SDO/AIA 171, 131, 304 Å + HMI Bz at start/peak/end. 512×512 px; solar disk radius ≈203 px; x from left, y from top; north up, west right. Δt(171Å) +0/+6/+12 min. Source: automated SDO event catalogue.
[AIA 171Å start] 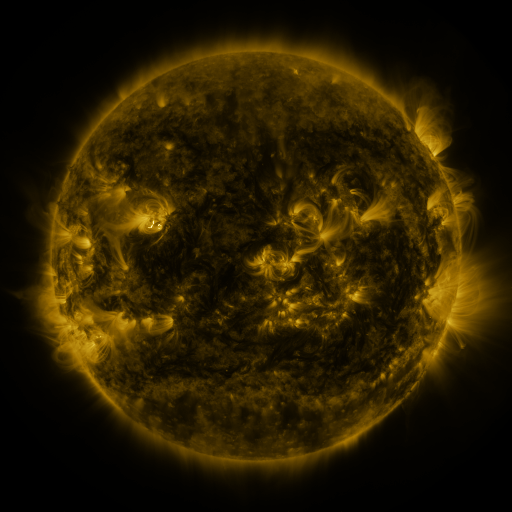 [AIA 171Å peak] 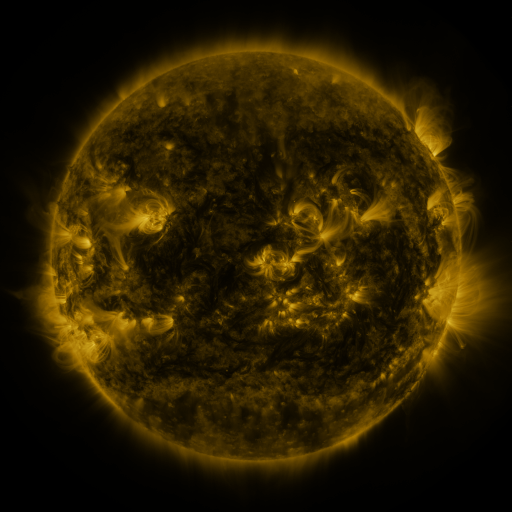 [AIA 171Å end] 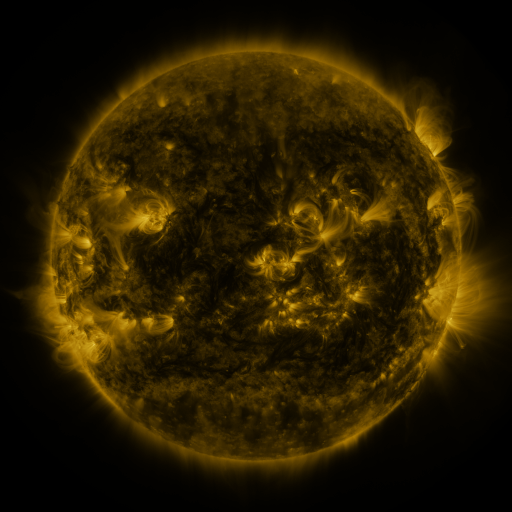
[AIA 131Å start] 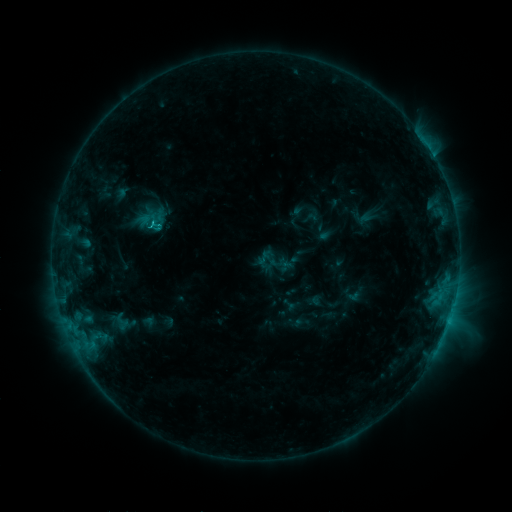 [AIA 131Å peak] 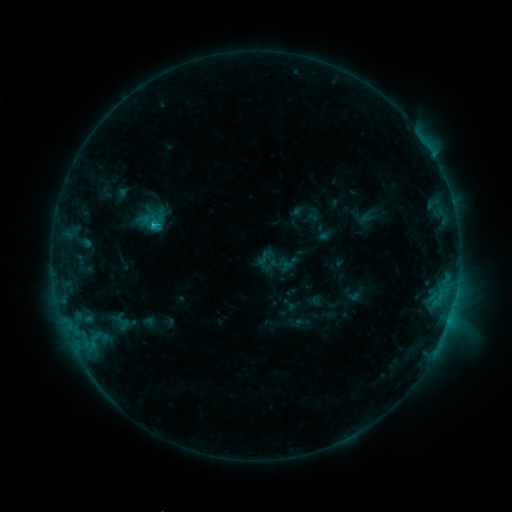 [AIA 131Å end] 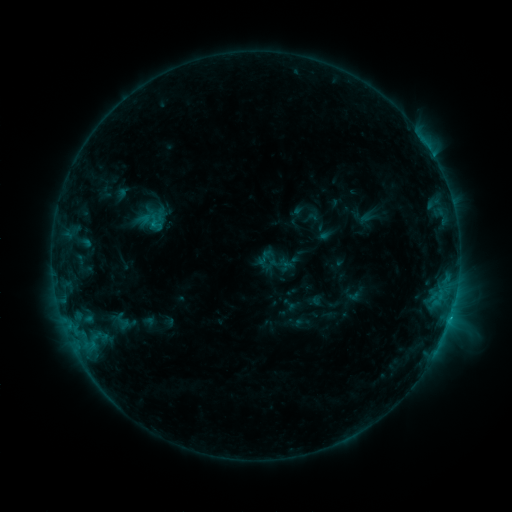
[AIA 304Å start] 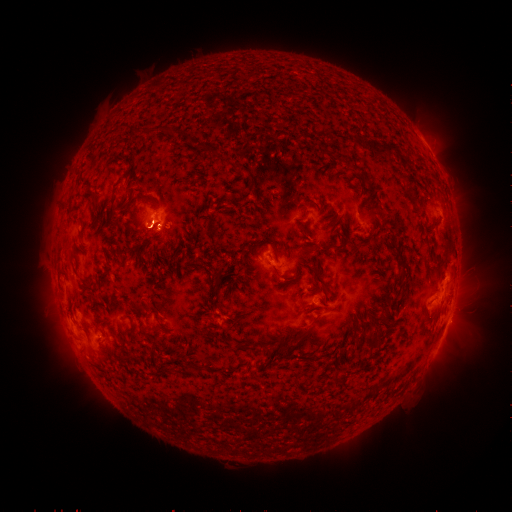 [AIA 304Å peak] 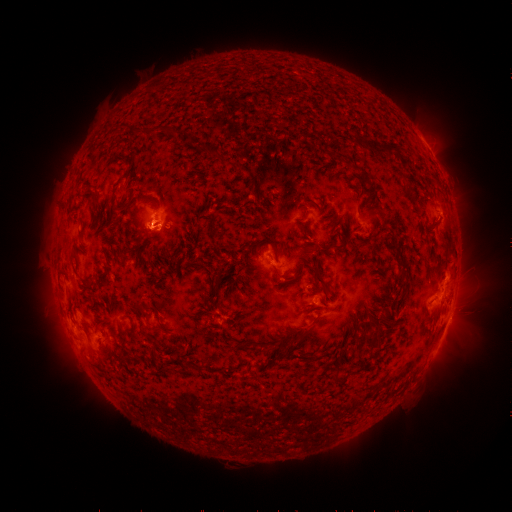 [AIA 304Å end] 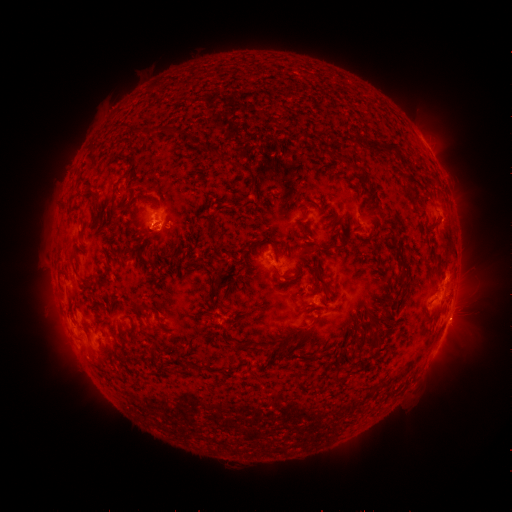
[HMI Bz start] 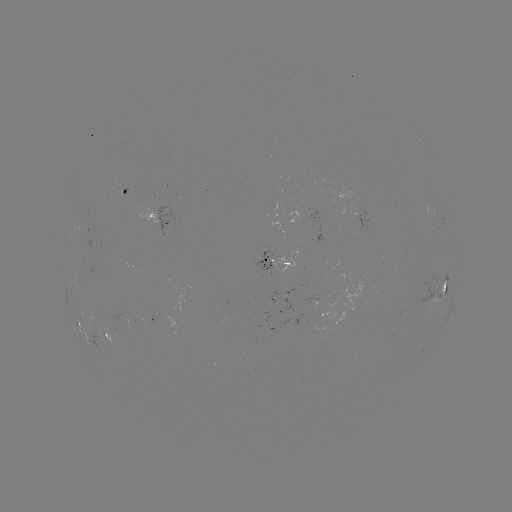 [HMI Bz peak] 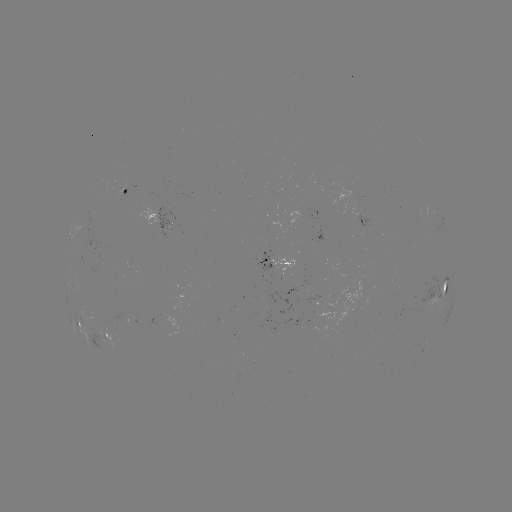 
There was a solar flare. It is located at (154, 228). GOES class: C1.8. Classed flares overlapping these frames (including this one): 1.